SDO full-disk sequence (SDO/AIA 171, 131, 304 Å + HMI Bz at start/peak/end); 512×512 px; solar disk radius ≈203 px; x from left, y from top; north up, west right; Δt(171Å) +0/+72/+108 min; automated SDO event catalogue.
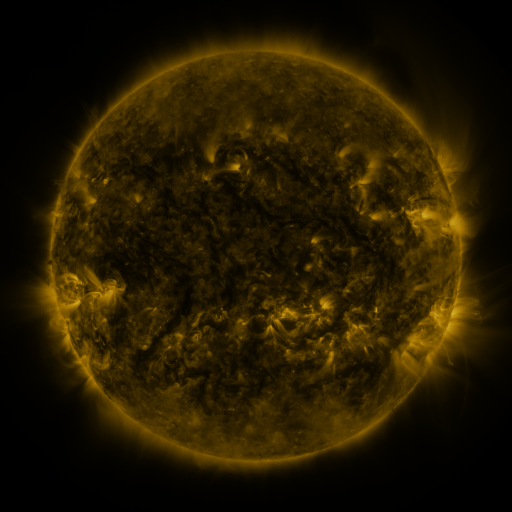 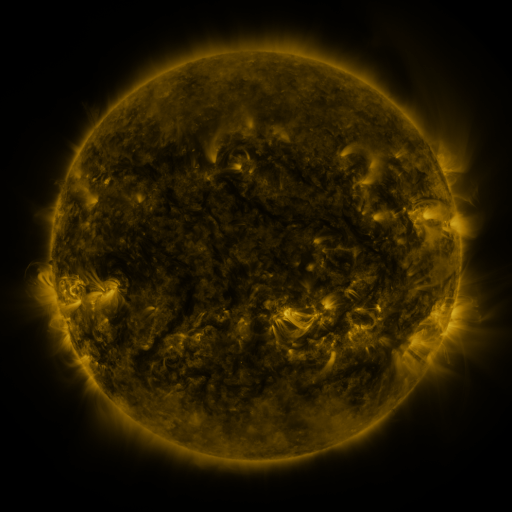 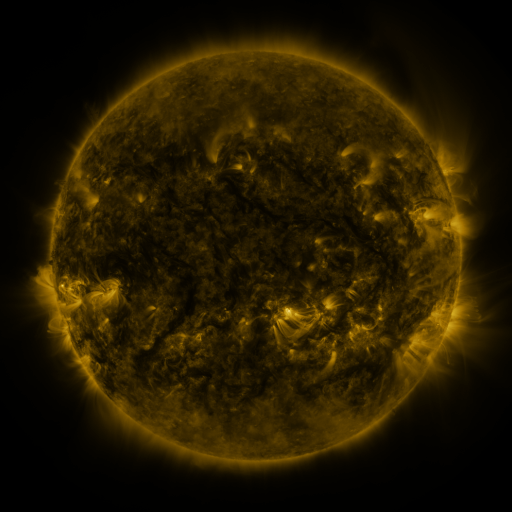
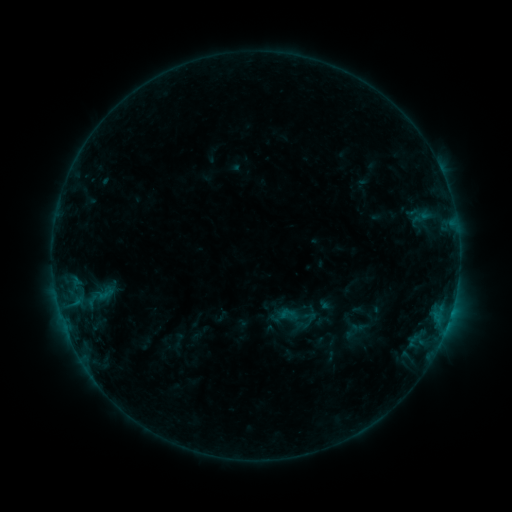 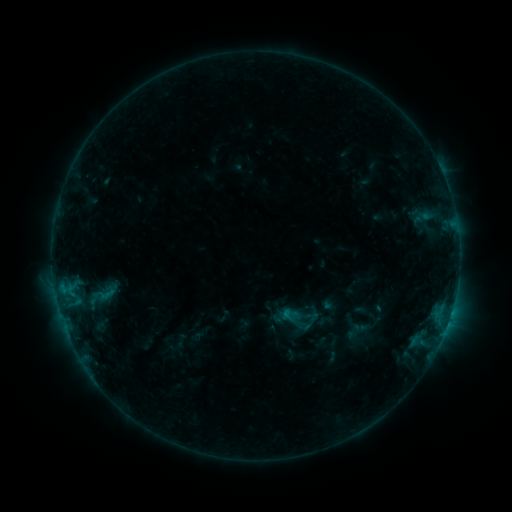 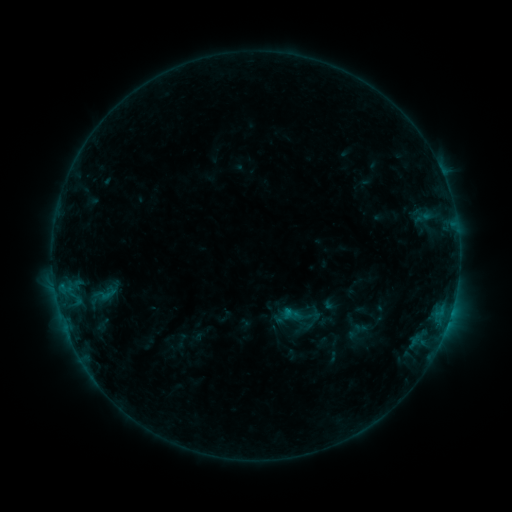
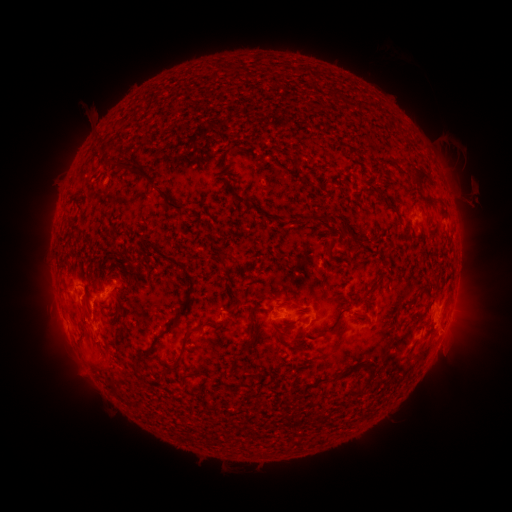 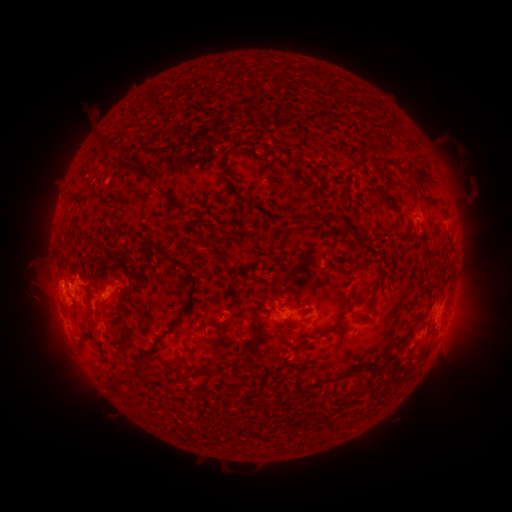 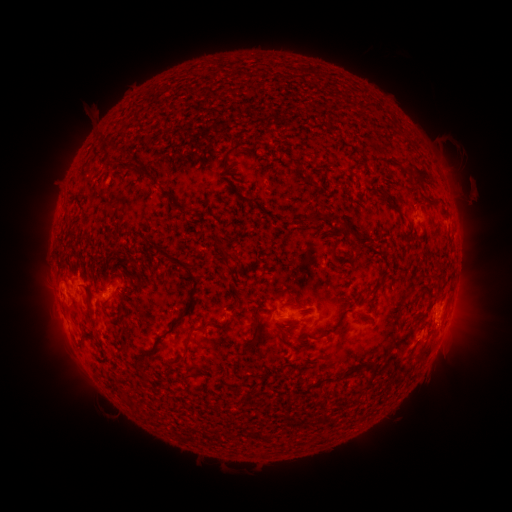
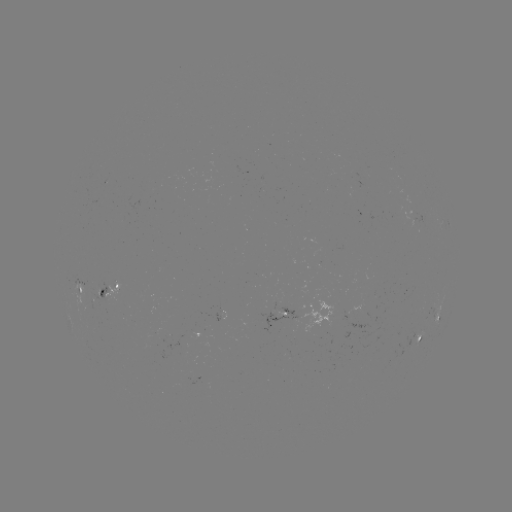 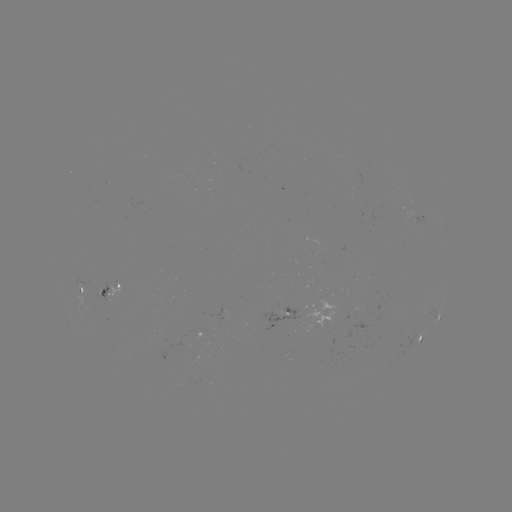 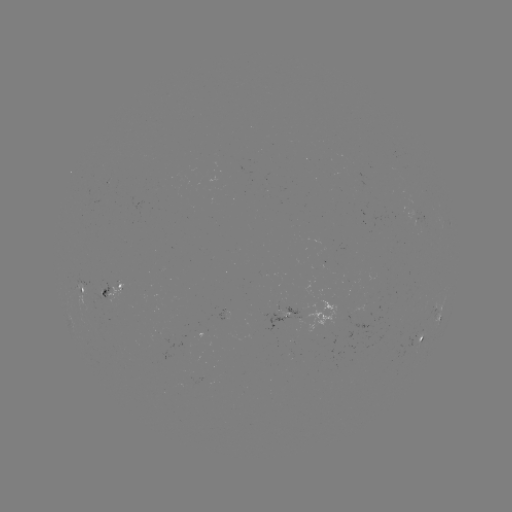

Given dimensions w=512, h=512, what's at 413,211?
emerging-flux region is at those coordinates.